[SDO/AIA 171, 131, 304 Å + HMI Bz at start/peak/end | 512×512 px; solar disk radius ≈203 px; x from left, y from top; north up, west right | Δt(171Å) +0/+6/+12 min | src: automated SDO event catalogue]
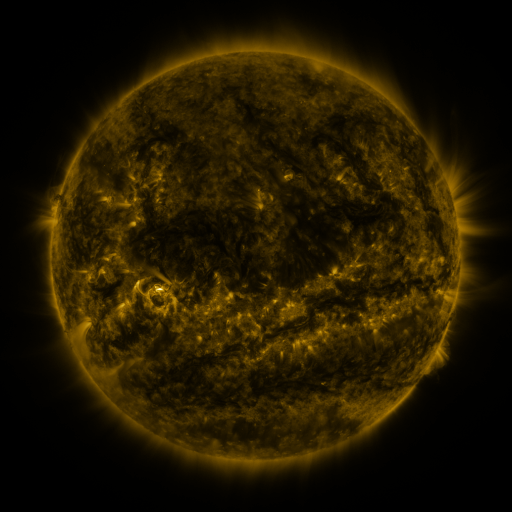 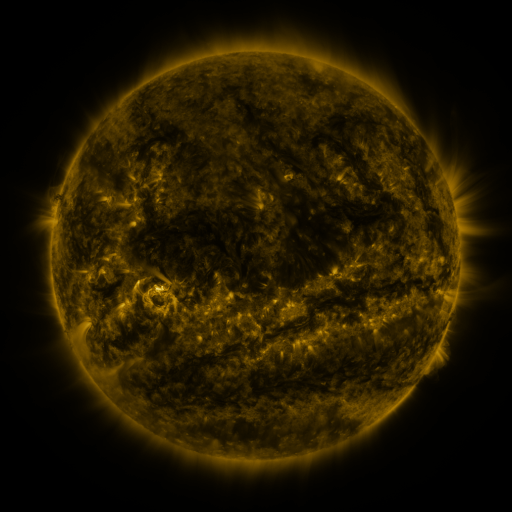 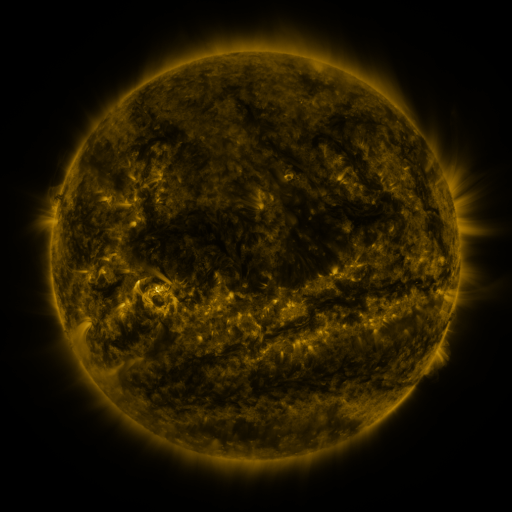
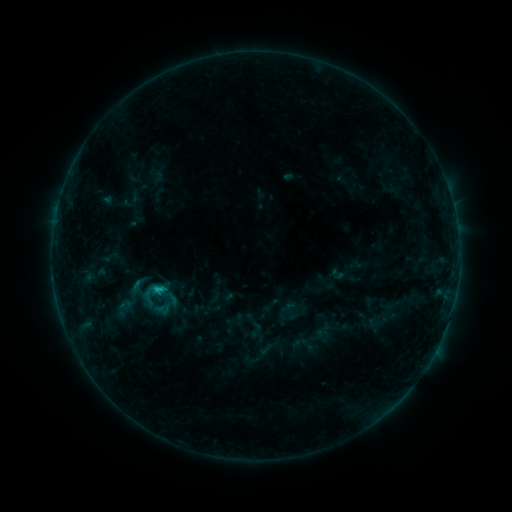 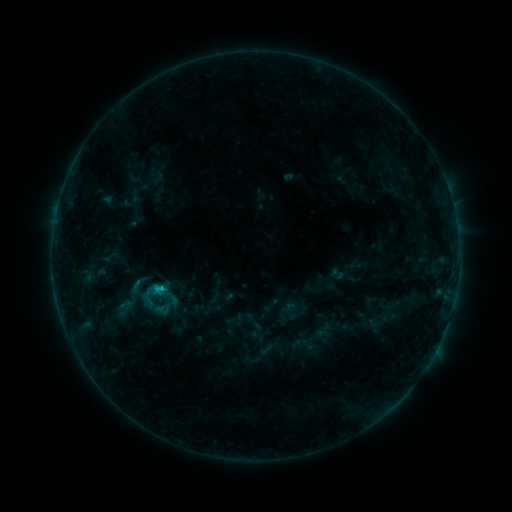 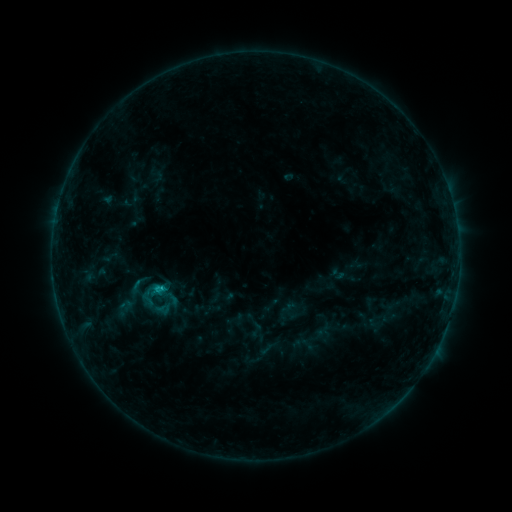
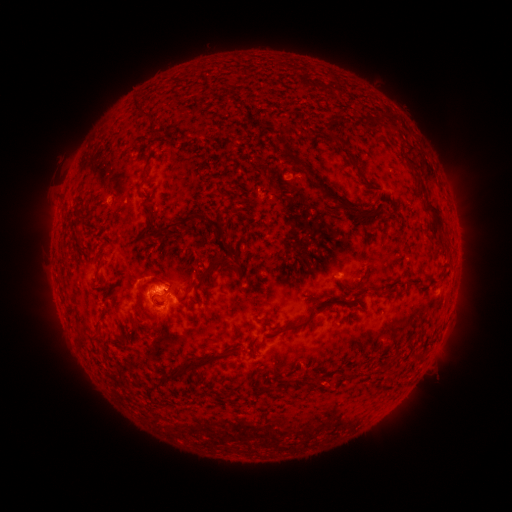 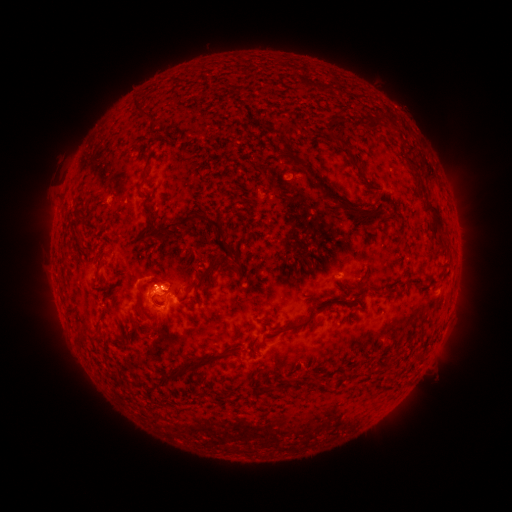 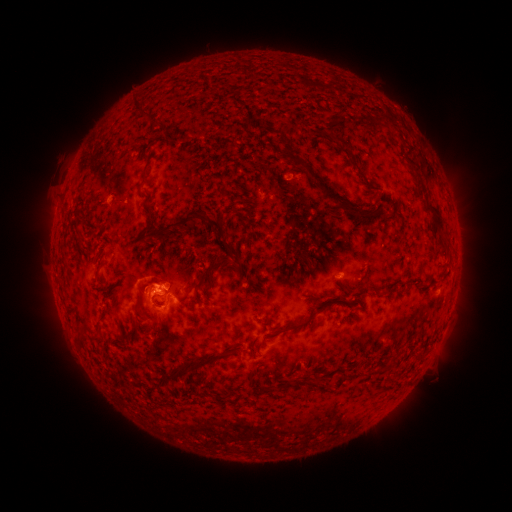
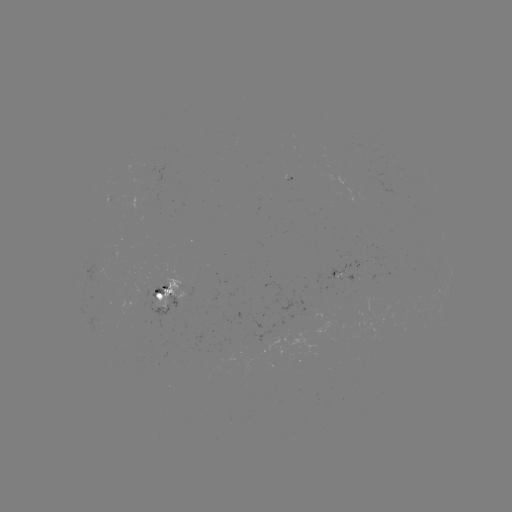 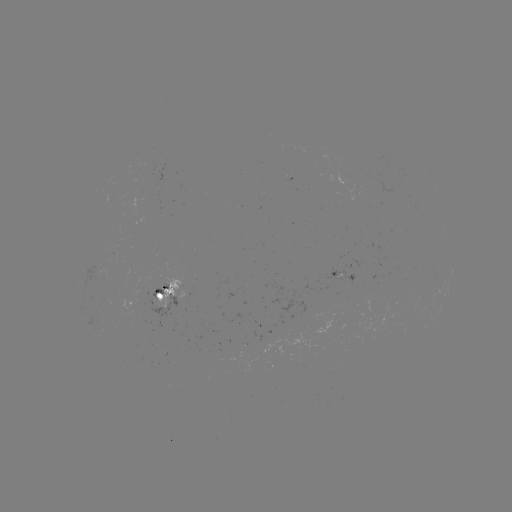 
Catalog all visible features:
C1.1 flare: (163, 286)
